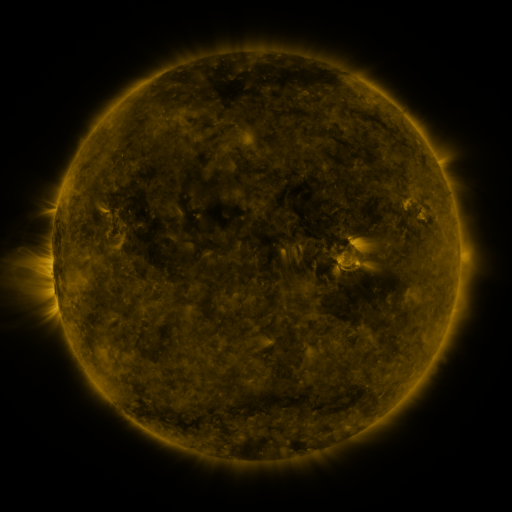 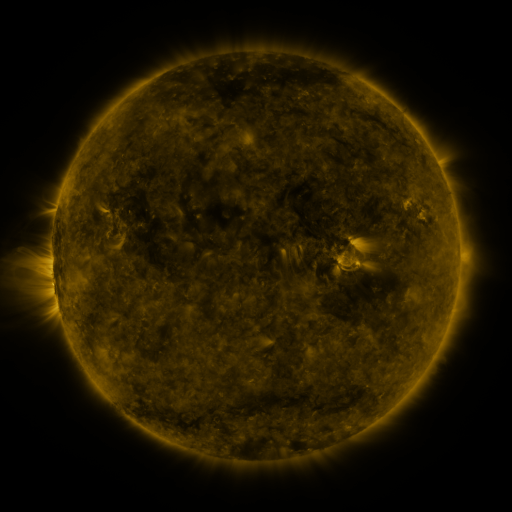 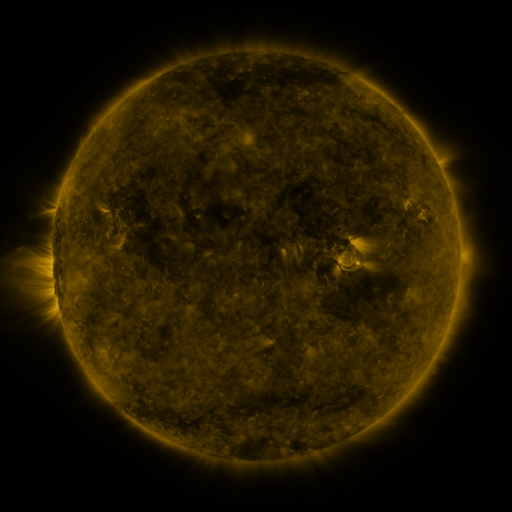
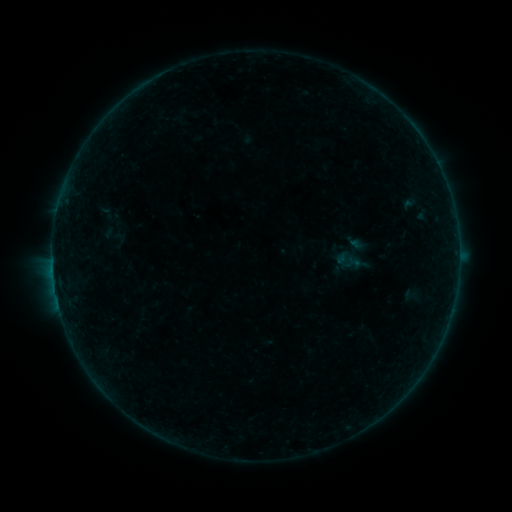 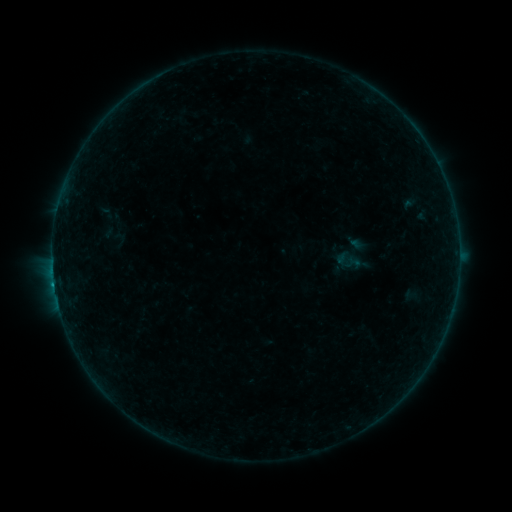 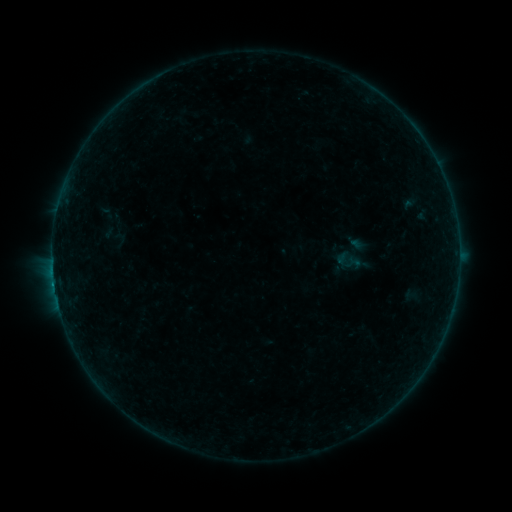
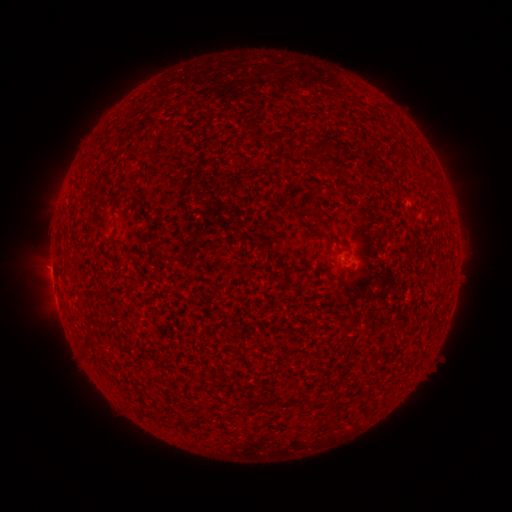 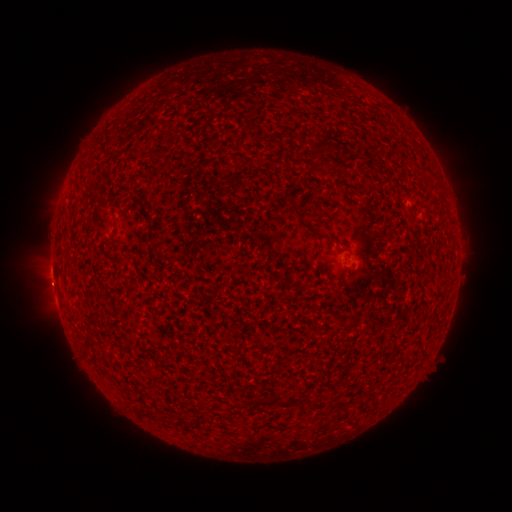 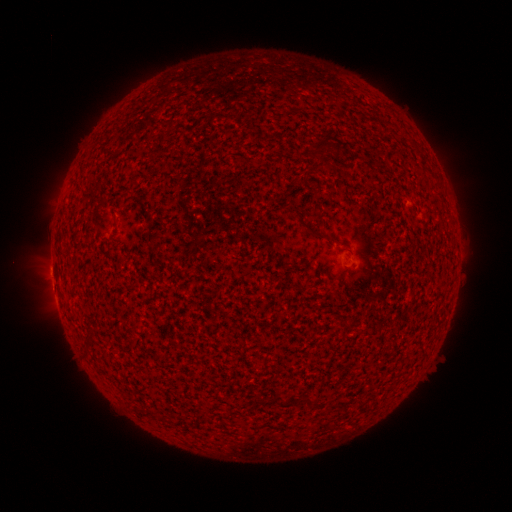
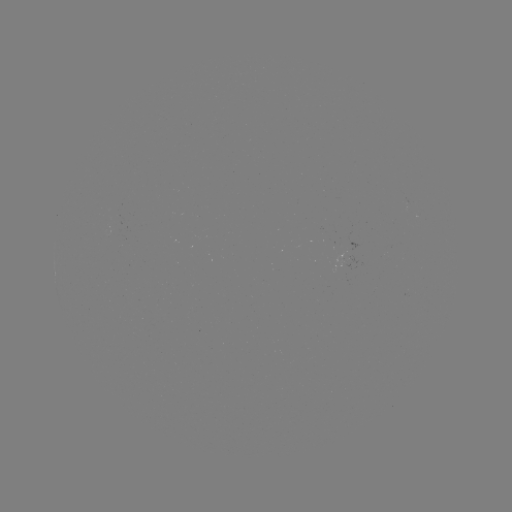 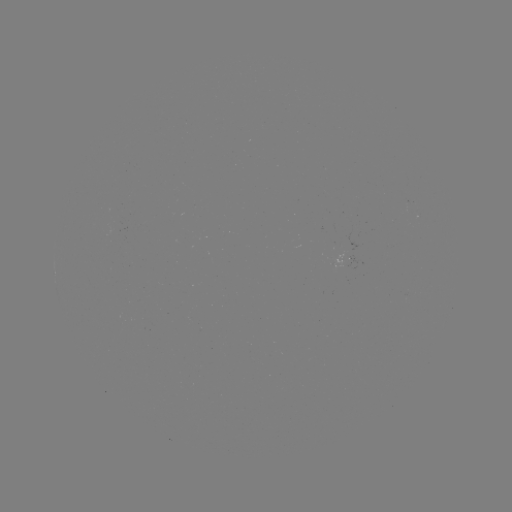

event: flare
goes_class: B2.4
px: (54, 281)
